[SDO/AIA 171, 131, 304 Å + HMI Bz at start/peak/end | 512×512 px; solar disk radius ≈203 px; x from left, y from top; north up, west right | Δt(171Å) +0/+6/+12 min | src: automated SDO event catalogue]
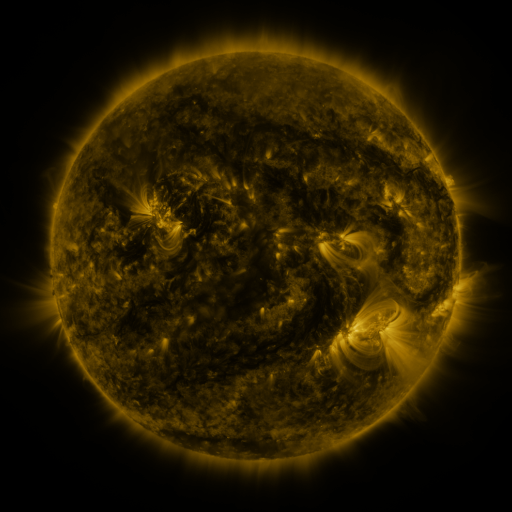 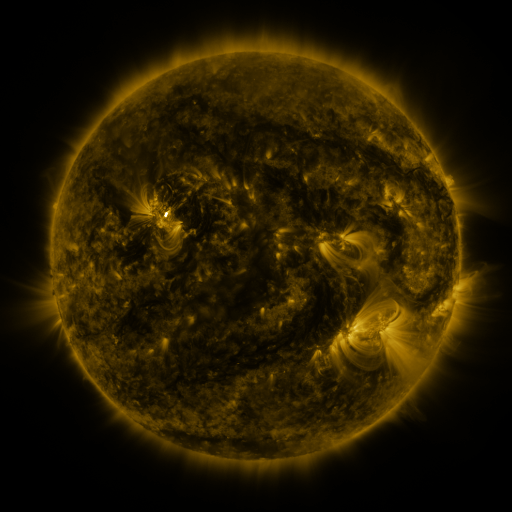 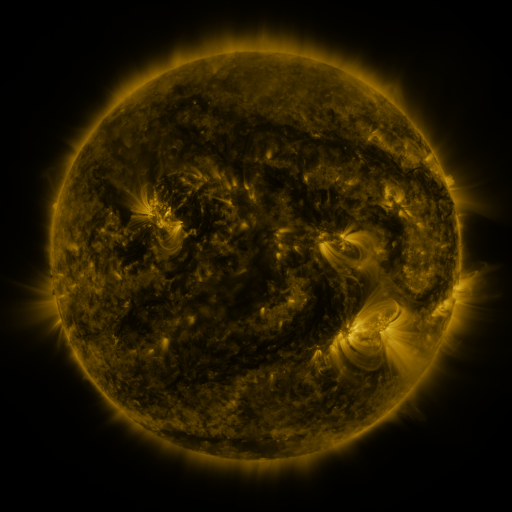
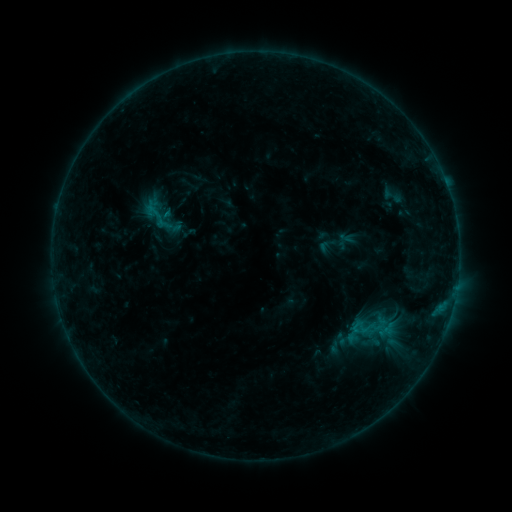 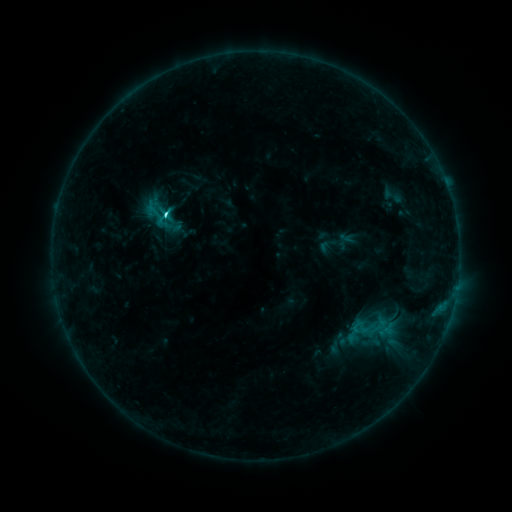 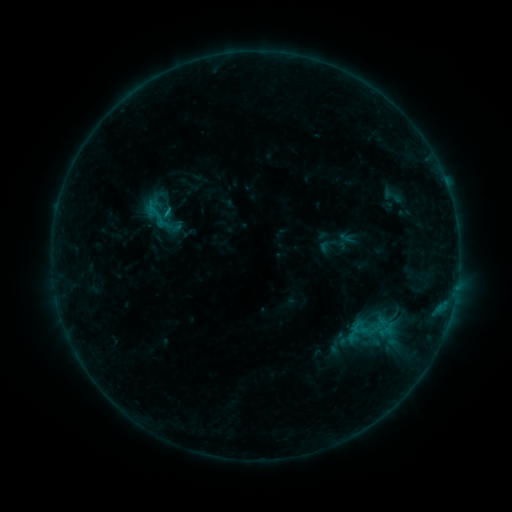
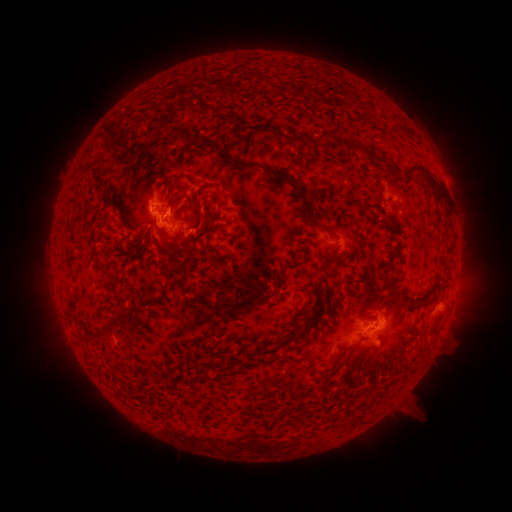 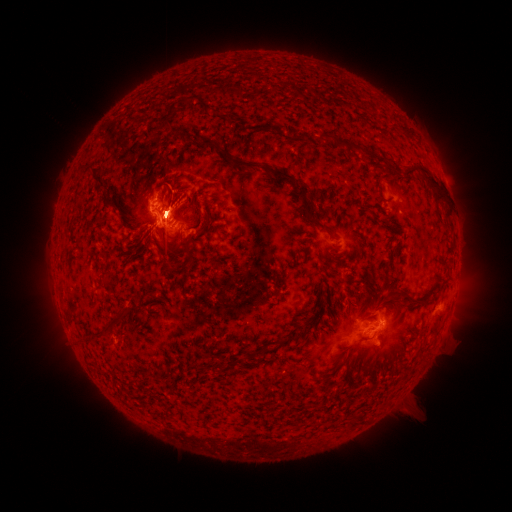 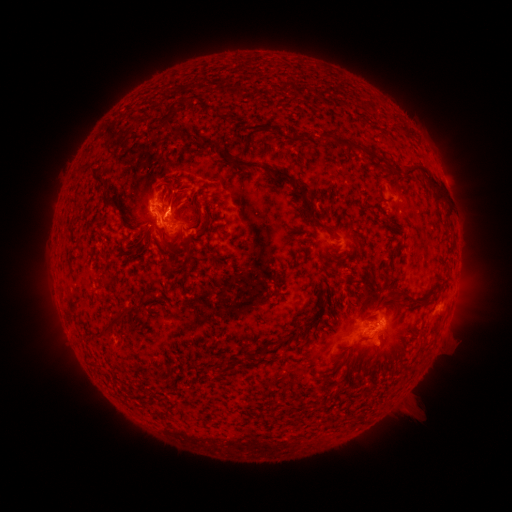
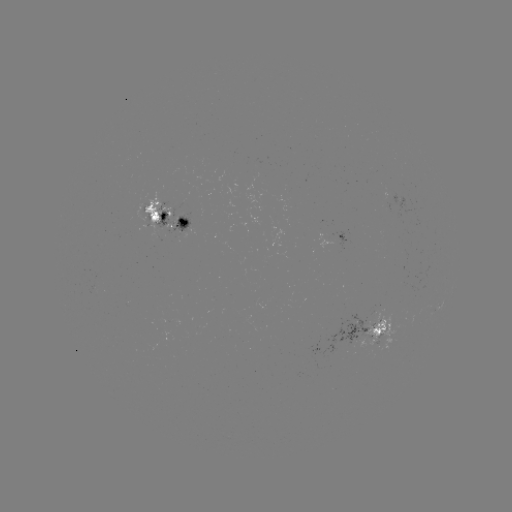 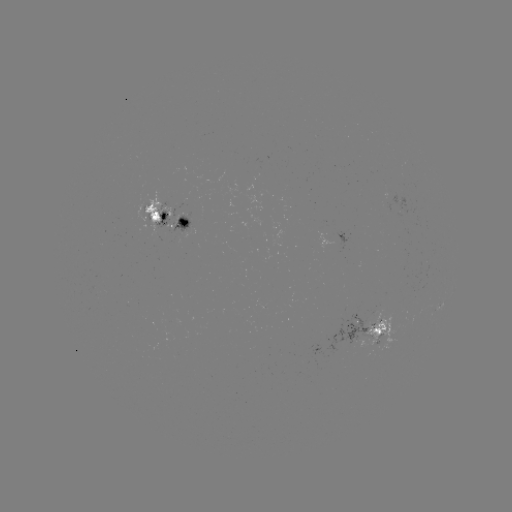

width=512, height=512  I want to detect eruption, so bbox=[148, 186, 202, 251].